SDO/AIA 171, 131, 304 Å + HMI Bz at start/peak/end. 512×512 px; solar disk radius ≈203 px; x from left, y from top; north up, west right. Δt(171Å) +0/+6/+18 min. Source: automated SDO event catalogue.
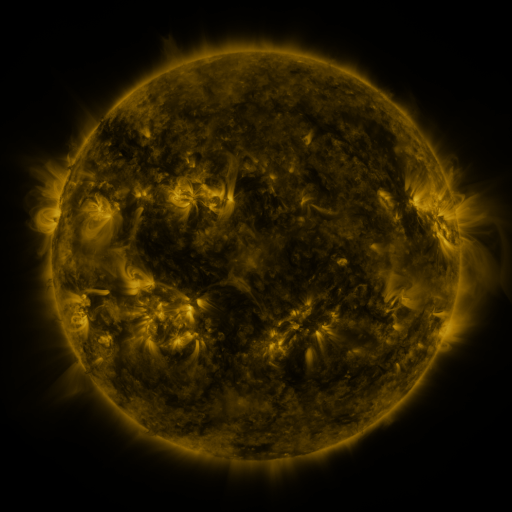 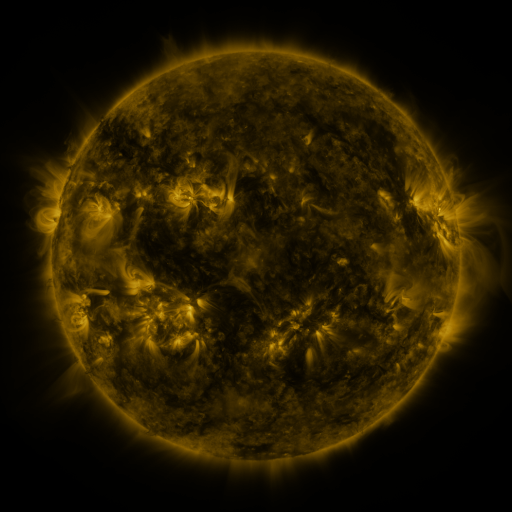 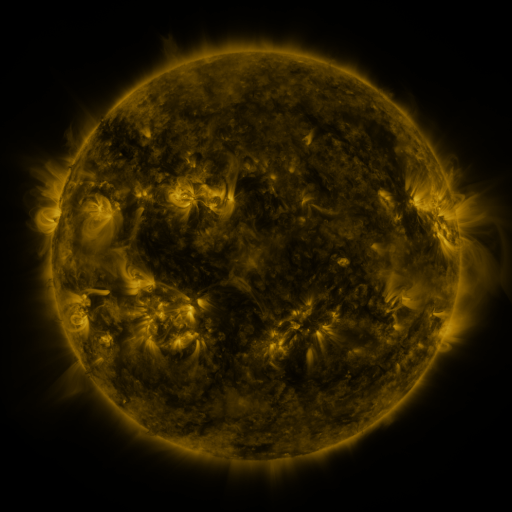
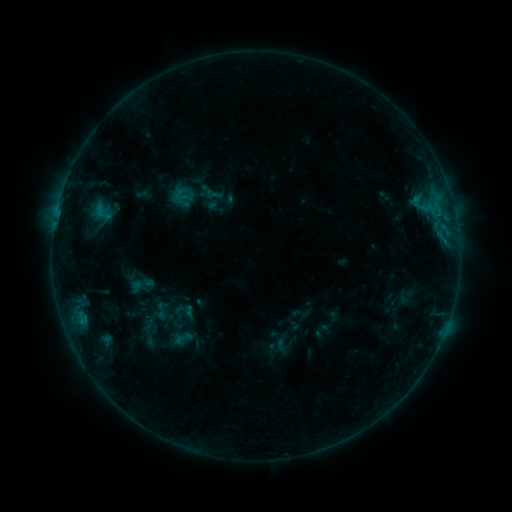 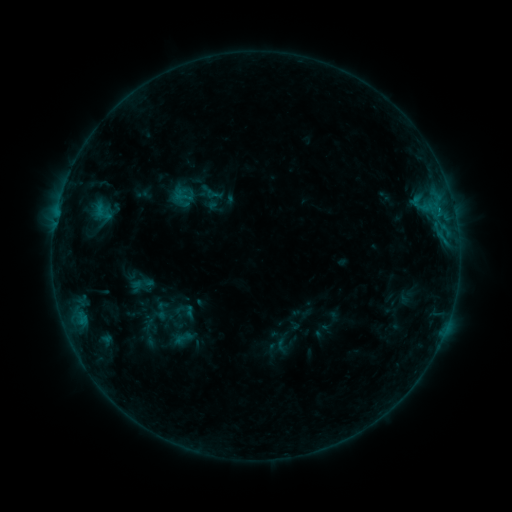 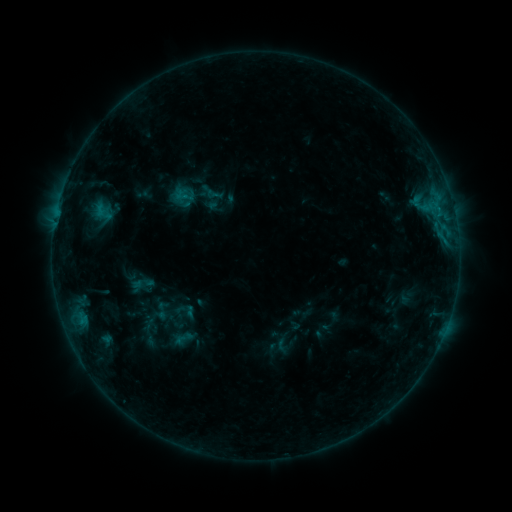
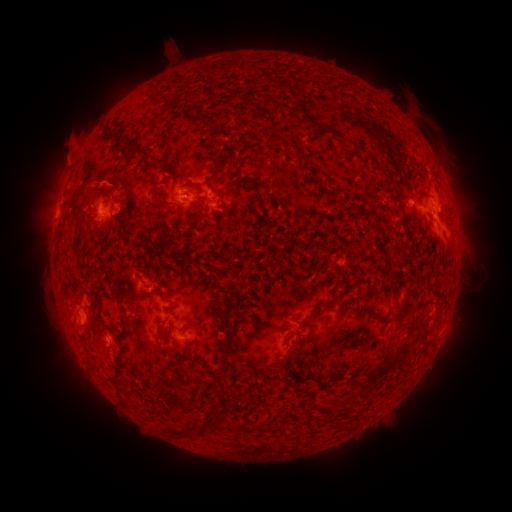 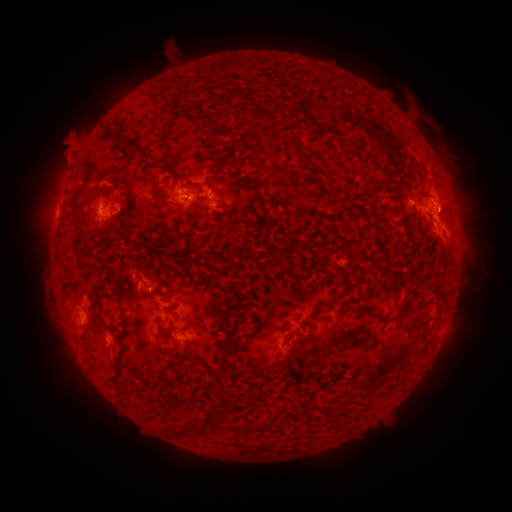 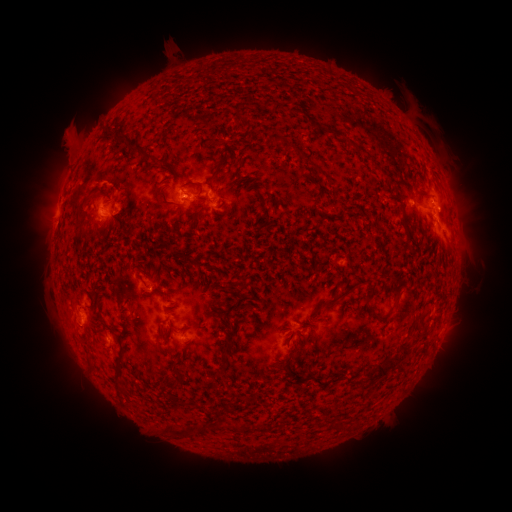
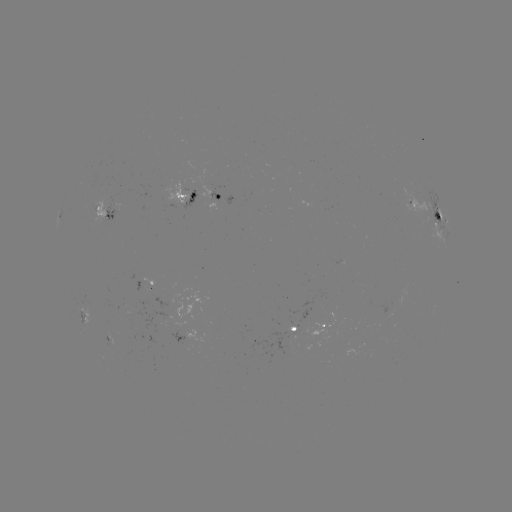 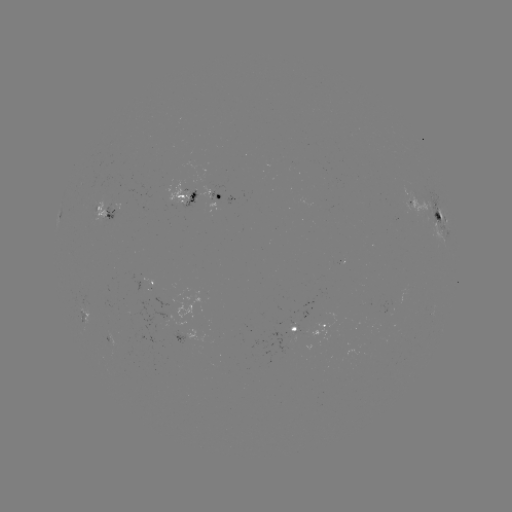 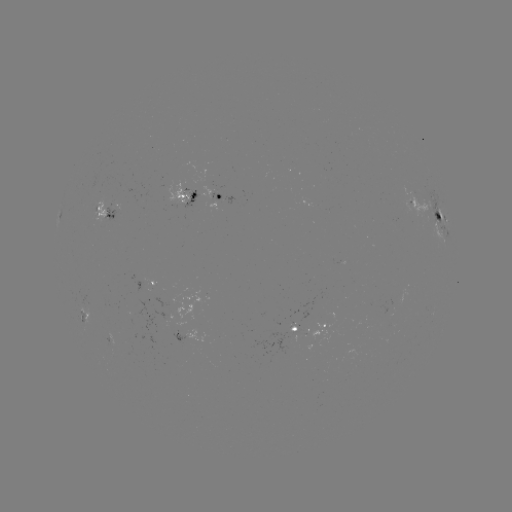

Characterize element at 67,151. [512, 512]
eruption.